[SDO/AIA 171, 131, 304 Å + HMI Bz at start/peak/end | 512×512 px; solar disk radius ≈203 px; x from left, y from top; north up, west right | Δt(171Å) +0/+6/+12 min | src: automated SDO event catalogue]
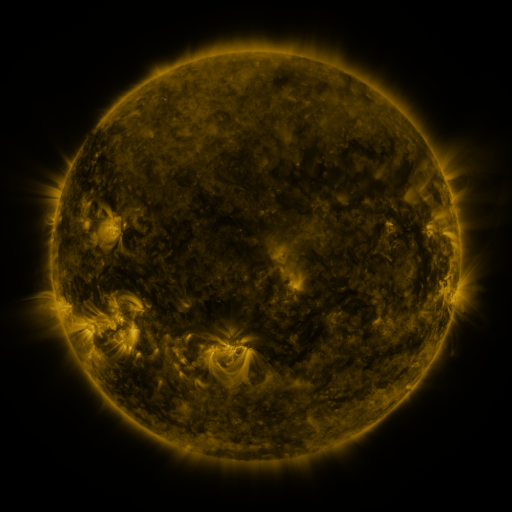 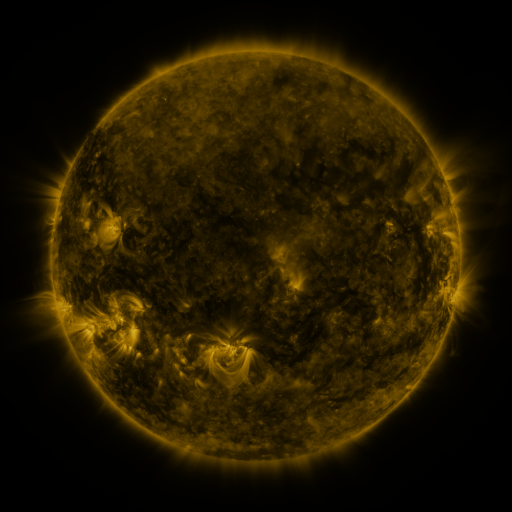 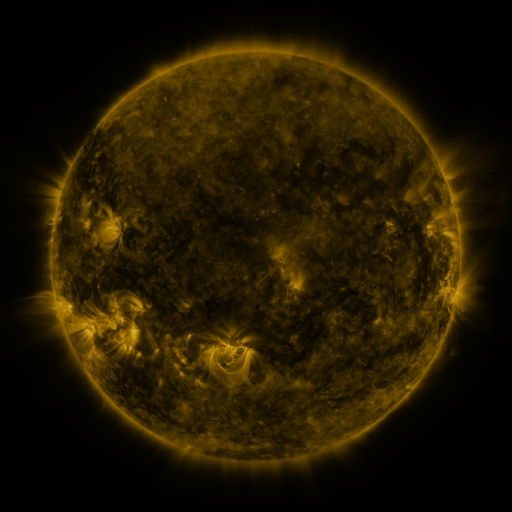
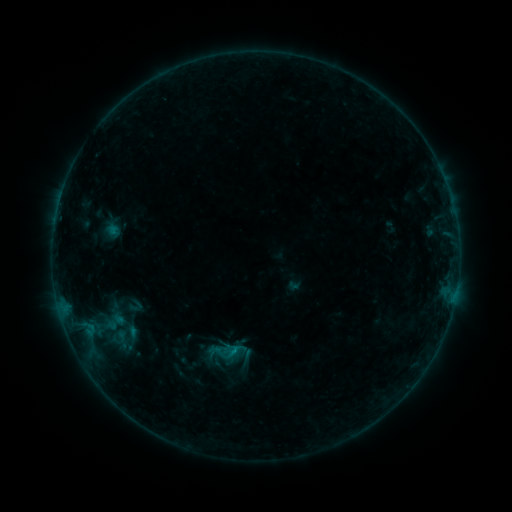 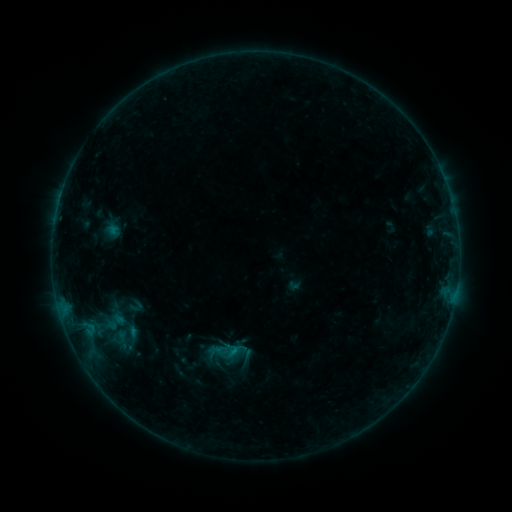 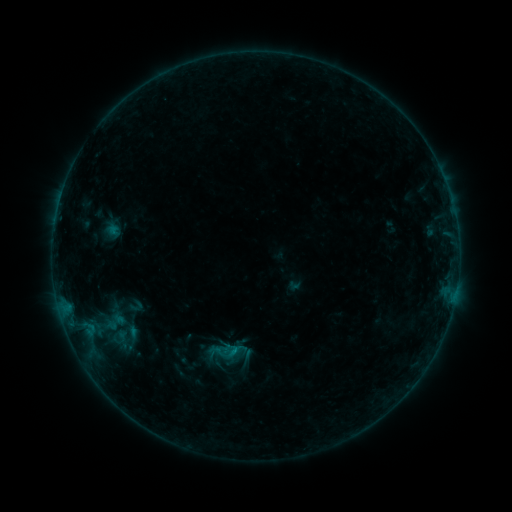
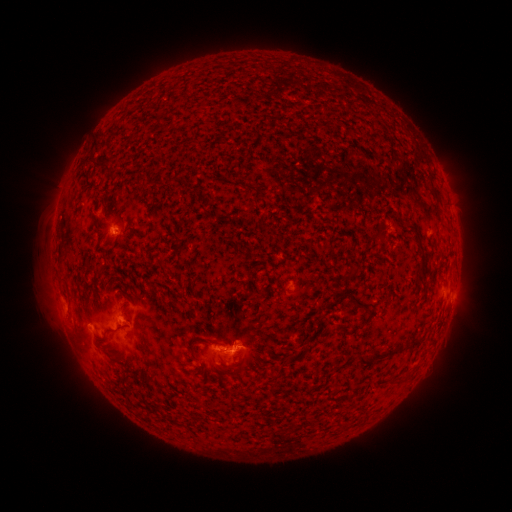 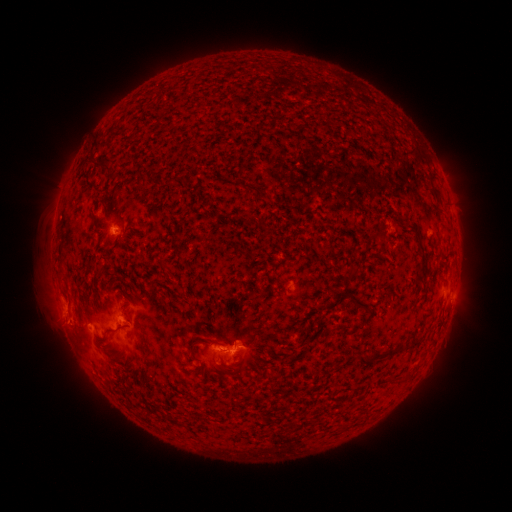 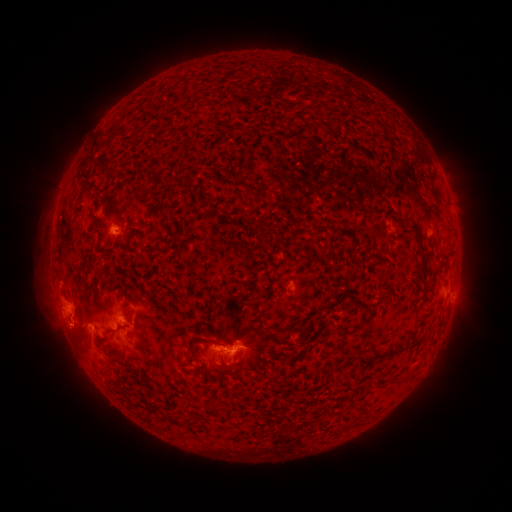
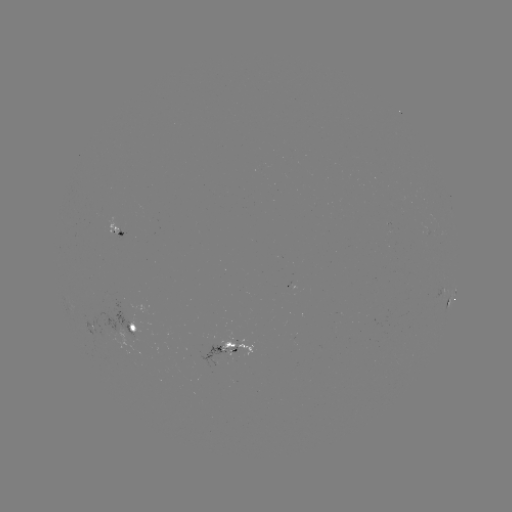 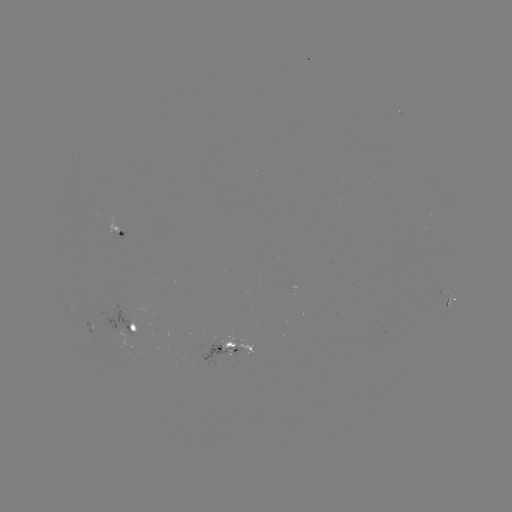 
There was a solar eruption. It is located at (66, 319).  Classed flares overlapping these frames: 1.